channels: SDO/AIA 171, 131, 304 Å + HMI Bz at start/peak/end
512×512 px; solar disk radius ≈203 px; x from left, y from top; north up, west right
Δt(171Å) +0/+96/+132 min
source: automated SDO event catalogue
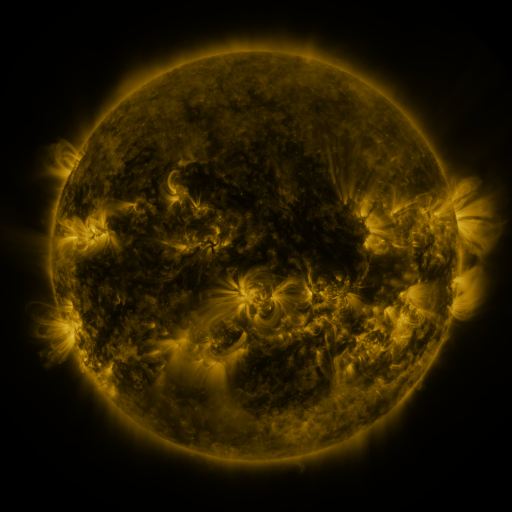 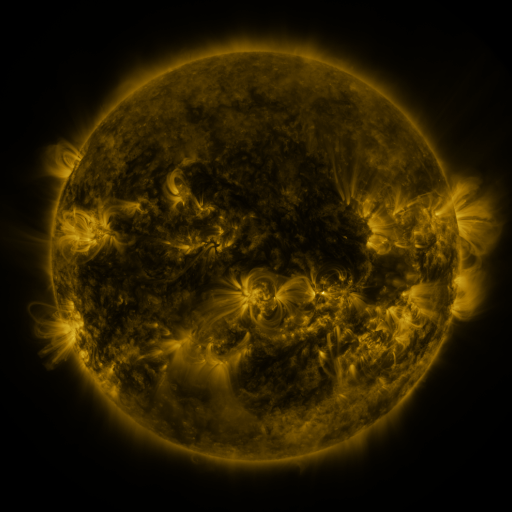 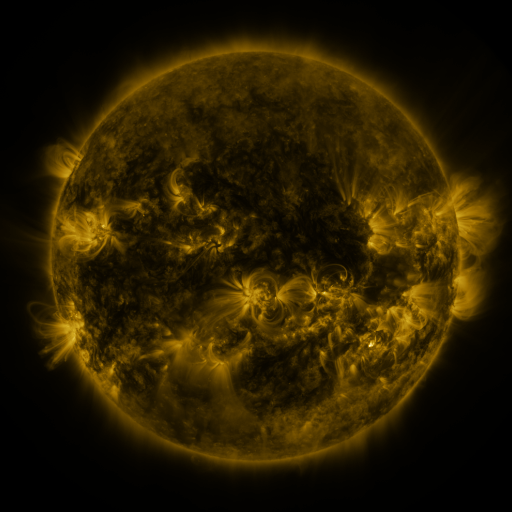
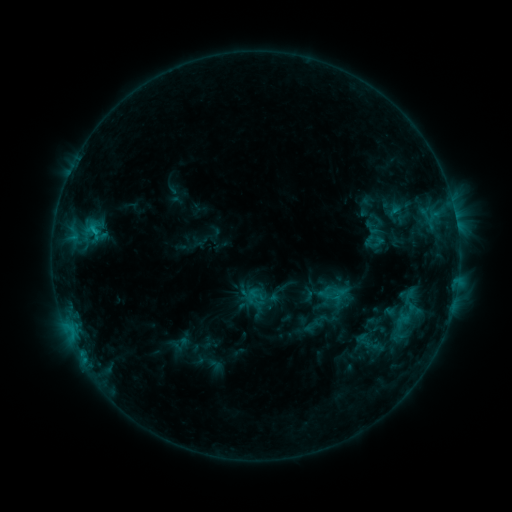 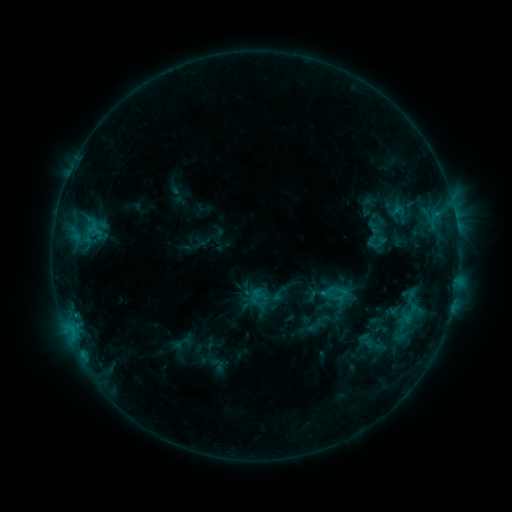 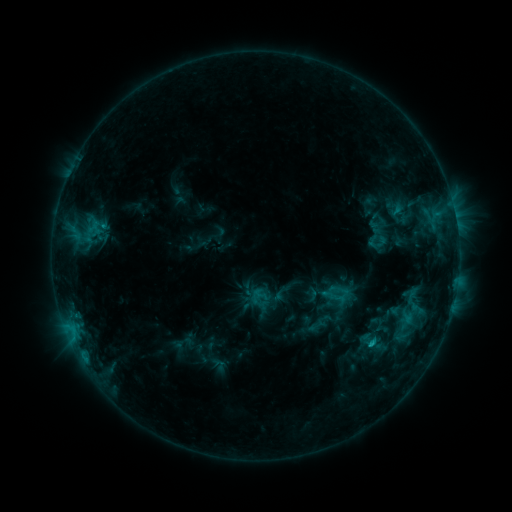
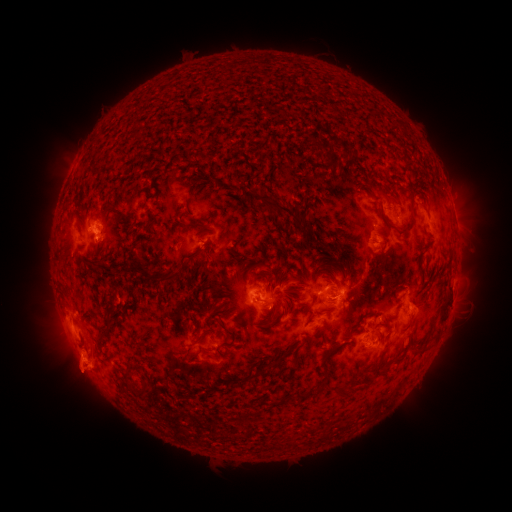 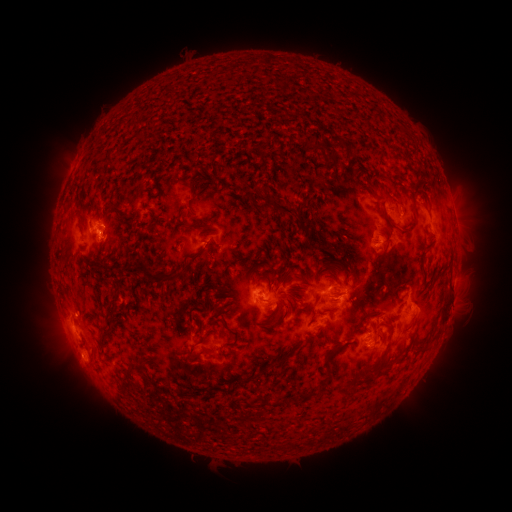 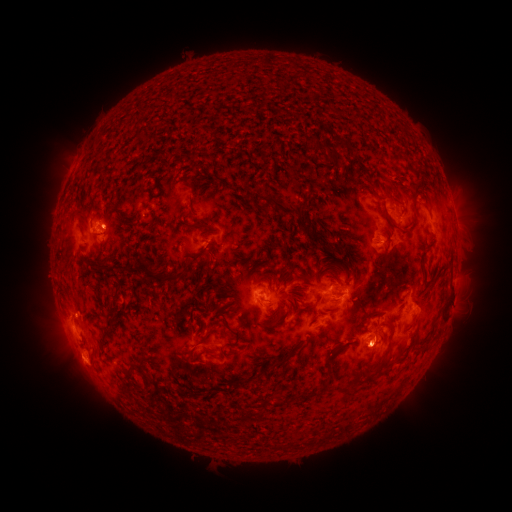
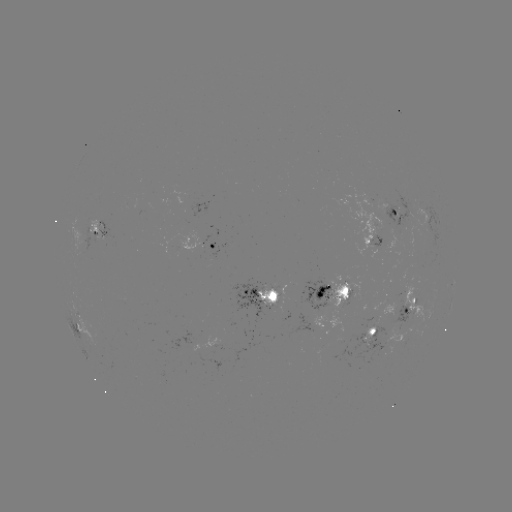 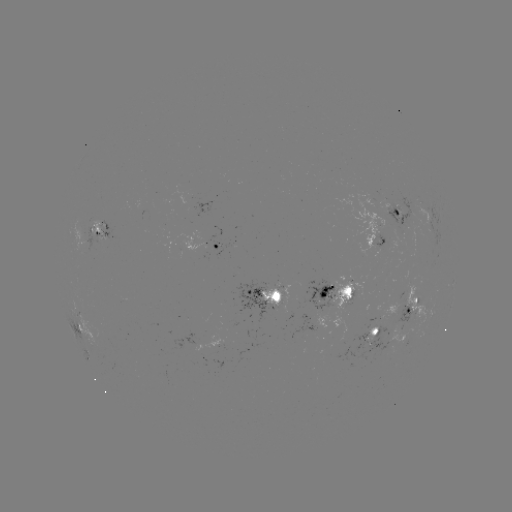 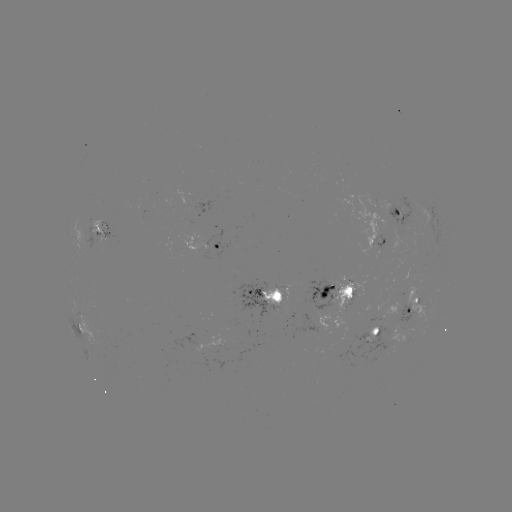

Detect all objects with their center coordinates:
emerging-flux region: (278, 284)
